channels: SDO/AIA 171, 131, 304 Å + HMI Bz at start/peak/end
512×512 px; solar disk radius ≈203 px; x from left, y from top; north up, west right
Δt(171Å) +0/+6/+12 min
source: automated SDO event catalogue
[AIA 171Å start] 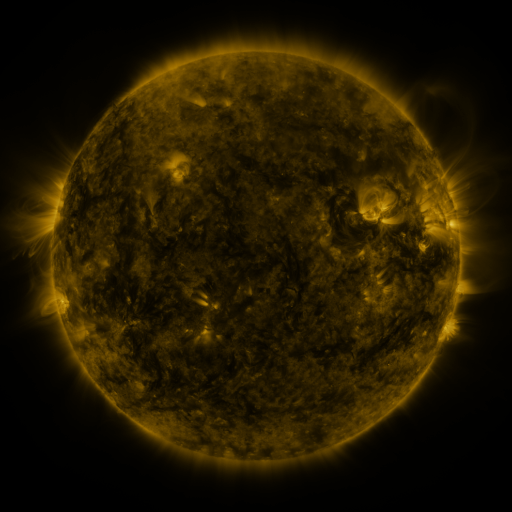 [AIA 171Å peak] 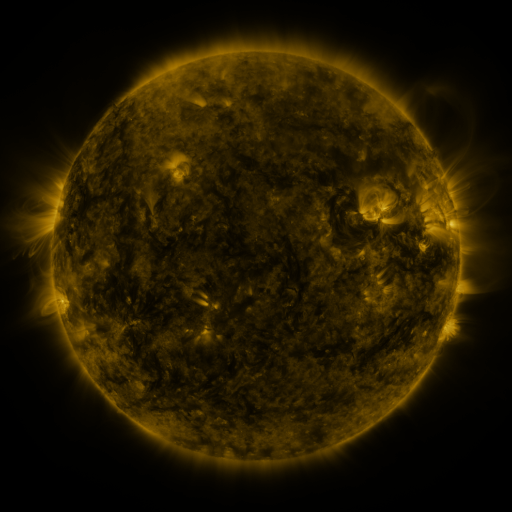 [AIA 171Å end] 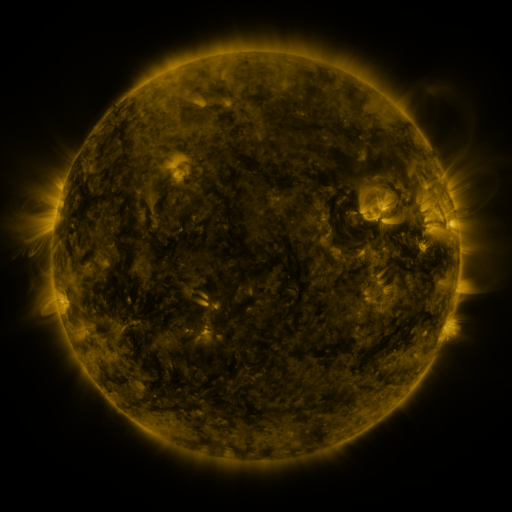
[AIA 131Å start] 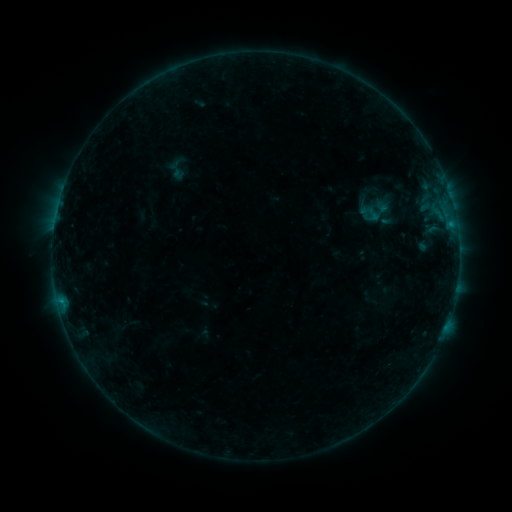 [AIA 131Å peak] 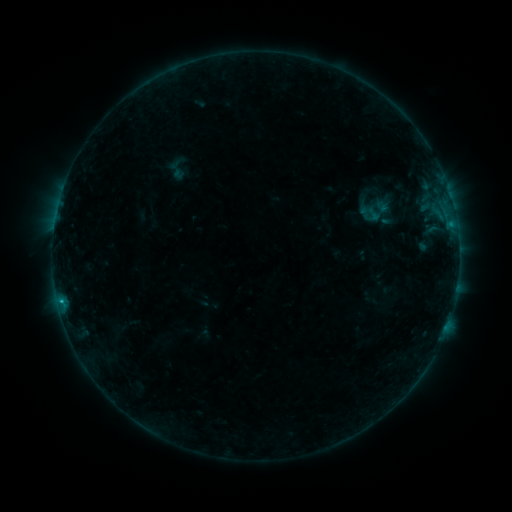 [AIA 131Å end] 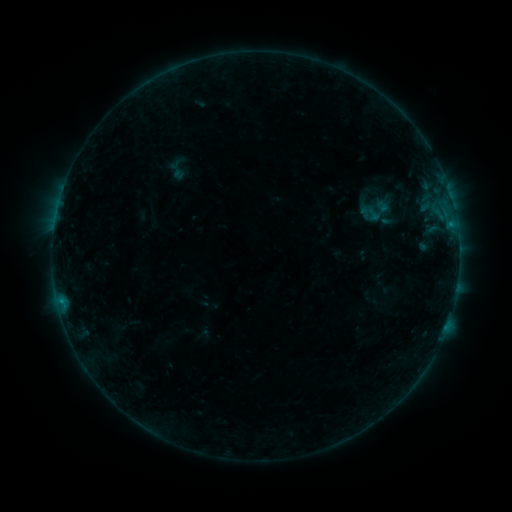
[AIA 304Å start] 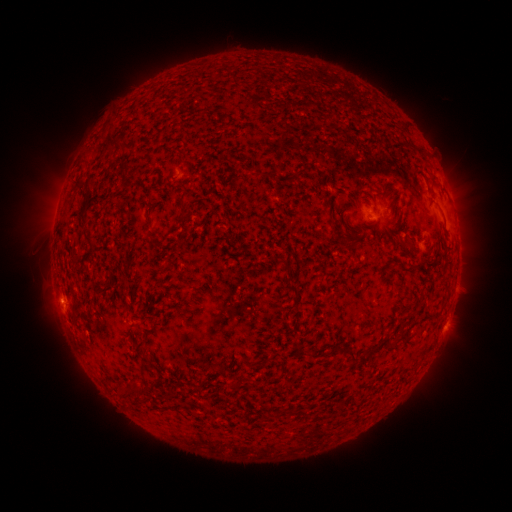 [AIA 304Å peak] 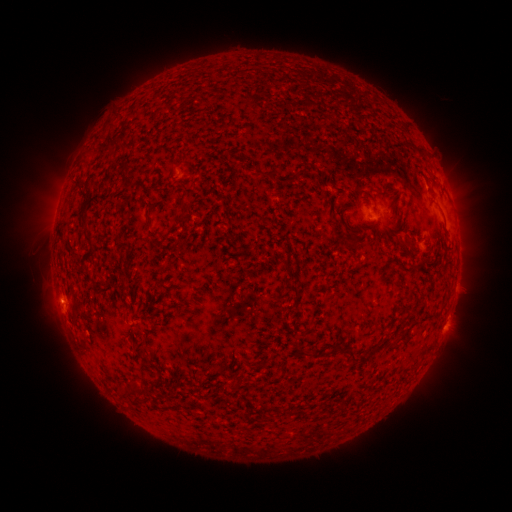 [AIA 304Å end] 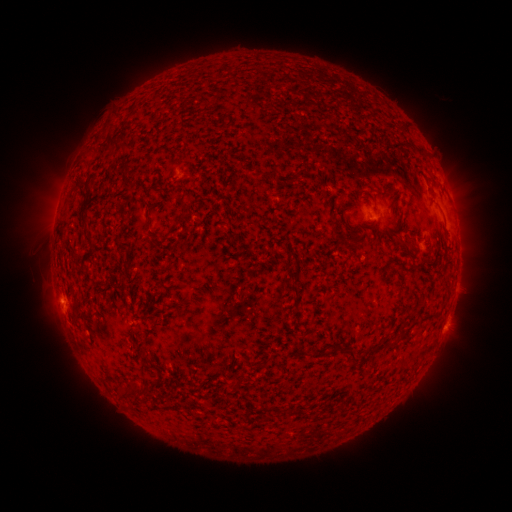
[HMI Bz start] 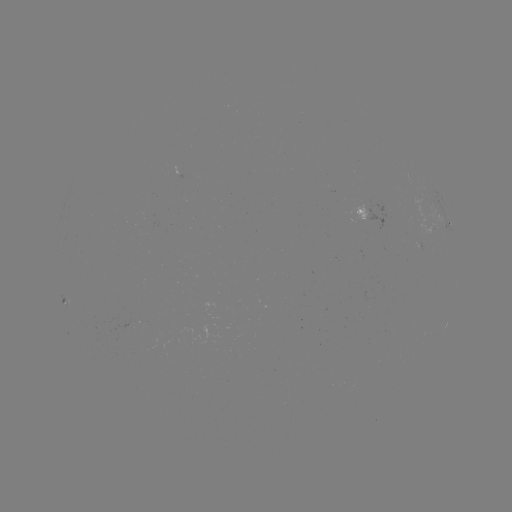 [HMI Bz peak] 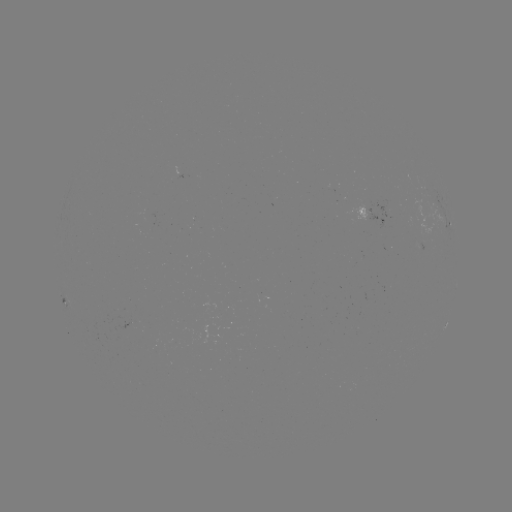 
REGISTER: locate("B4.0 flare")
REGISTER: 60,301